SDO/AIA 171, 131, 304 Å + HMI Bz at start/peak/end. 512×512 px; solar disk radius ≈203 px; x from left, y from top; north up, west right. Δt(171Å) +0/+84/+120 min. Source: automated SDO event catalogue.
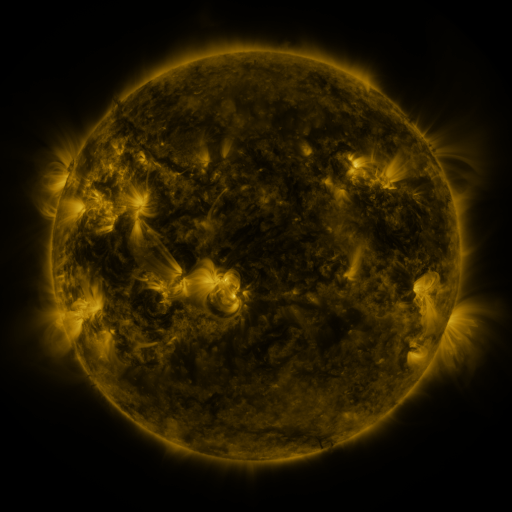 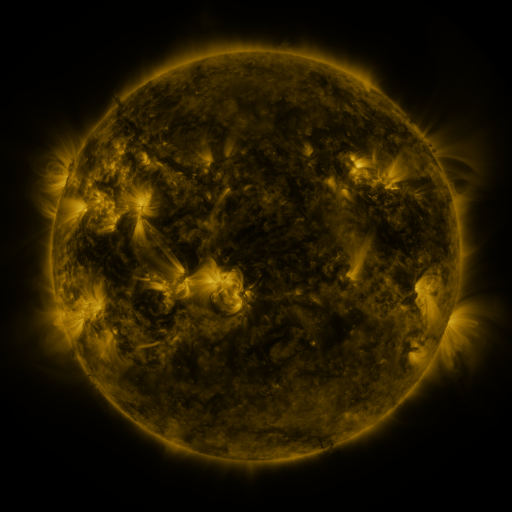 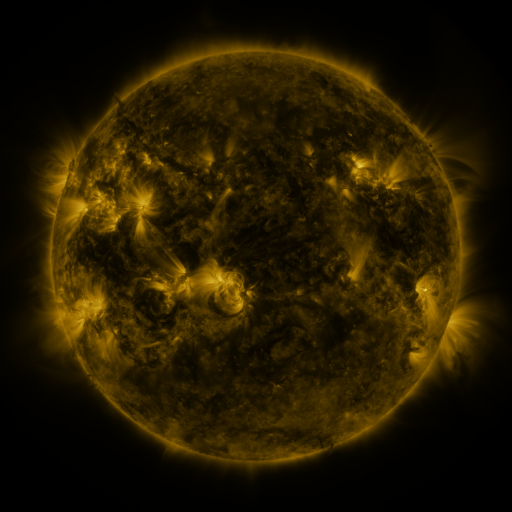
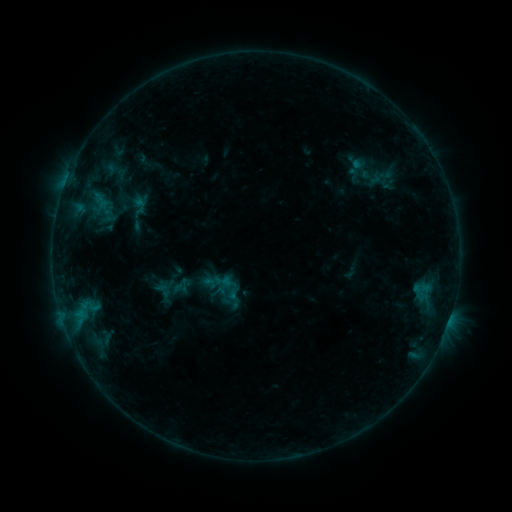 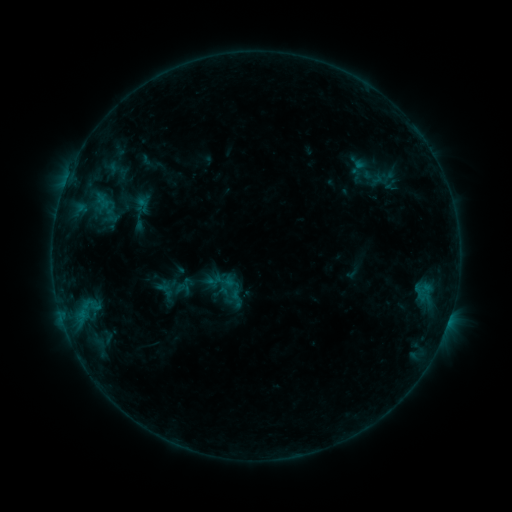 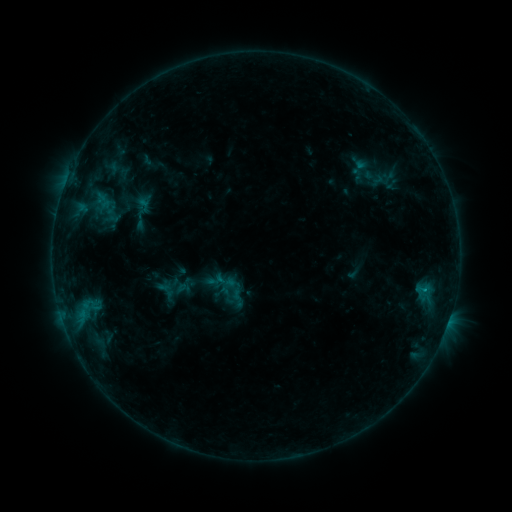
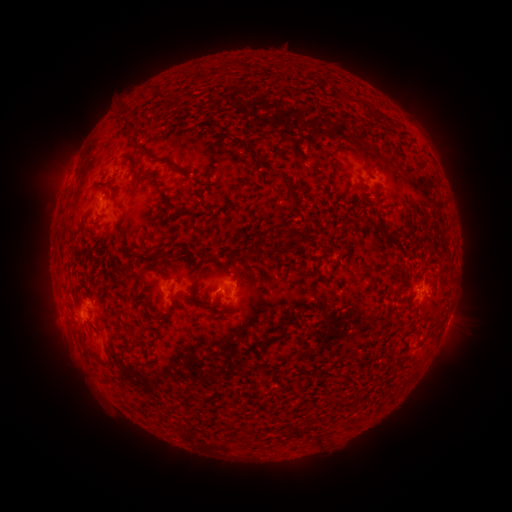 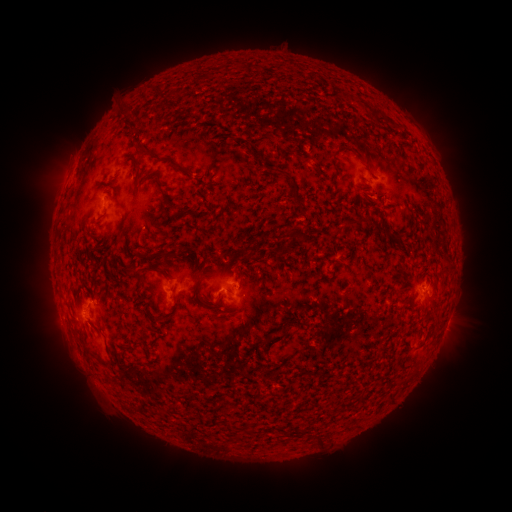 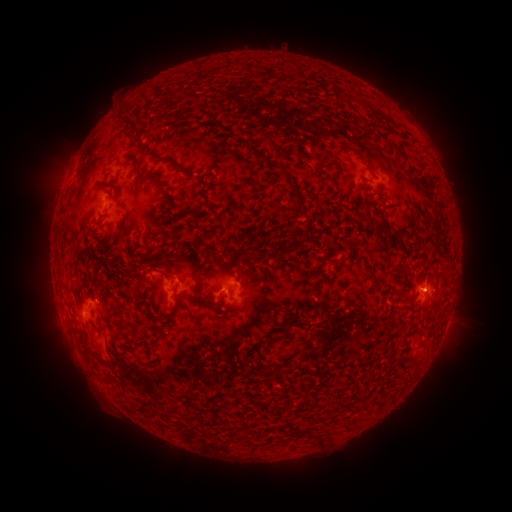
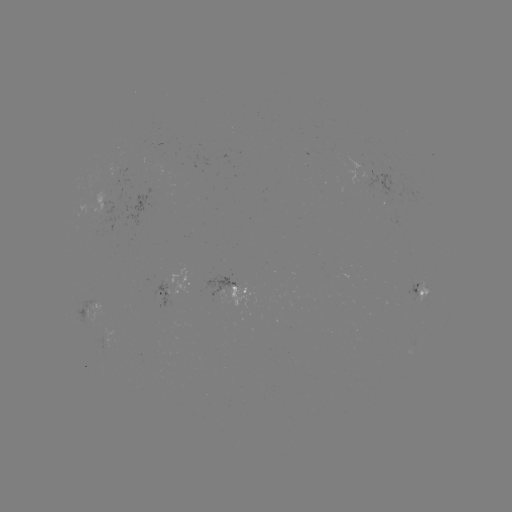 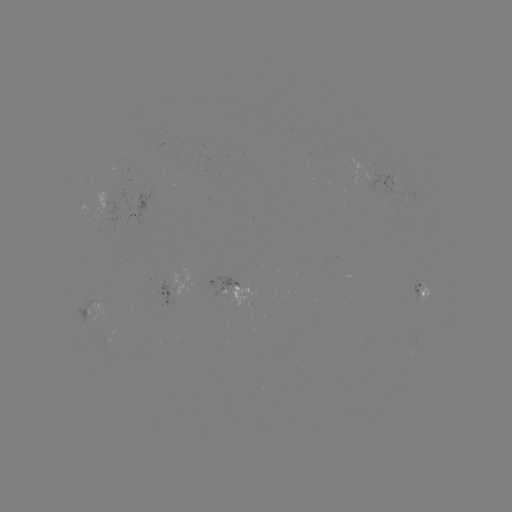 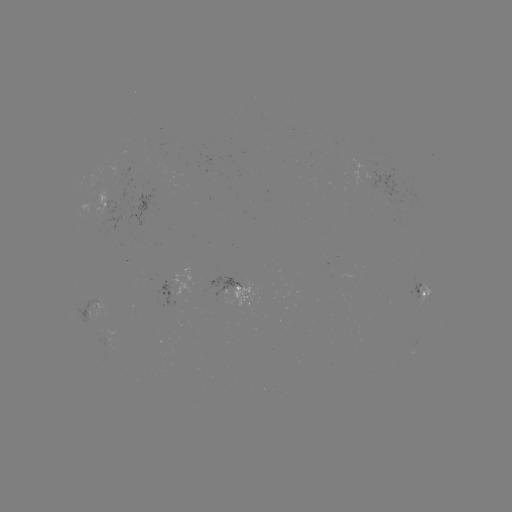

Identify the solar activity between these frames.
emerging-flux region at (223, 299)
